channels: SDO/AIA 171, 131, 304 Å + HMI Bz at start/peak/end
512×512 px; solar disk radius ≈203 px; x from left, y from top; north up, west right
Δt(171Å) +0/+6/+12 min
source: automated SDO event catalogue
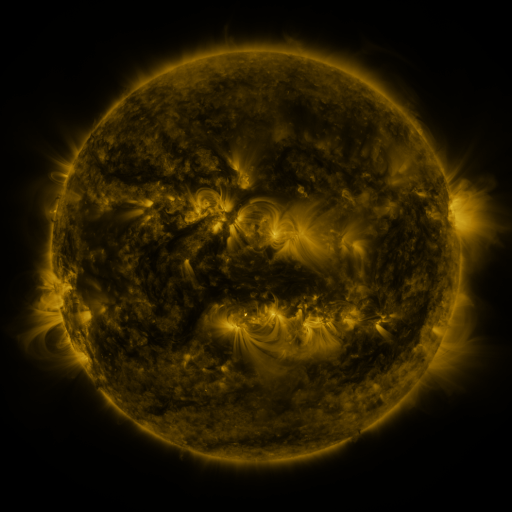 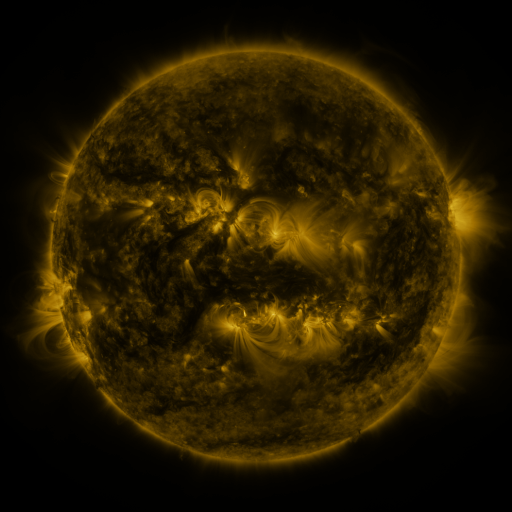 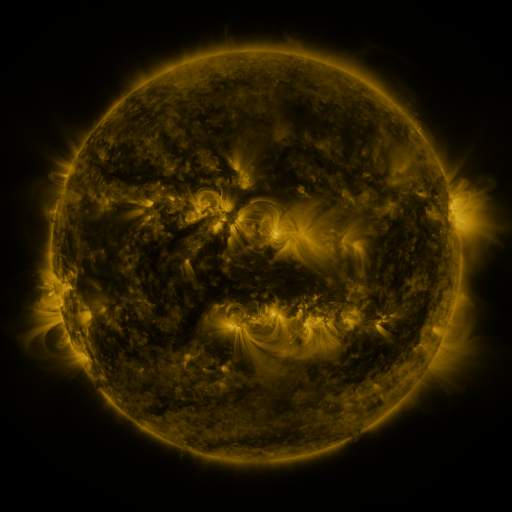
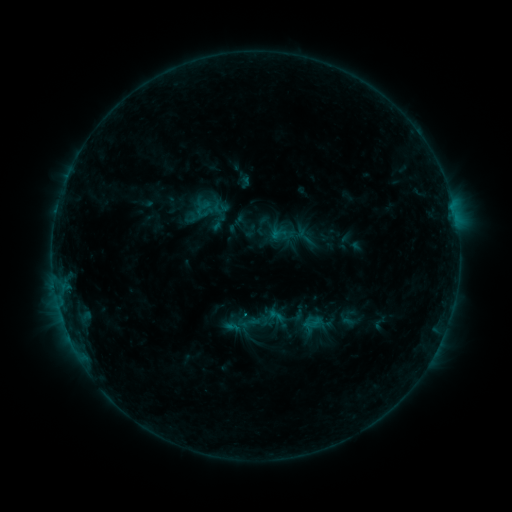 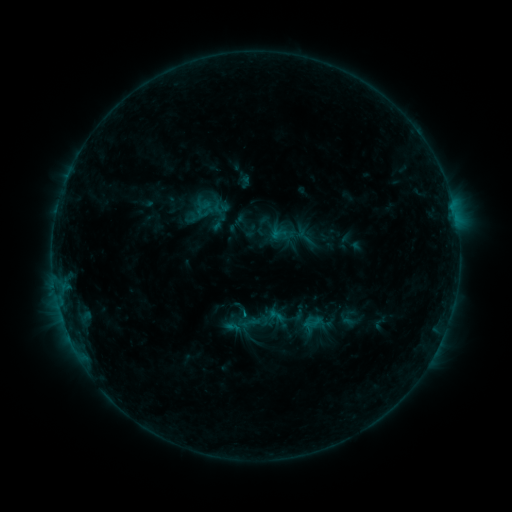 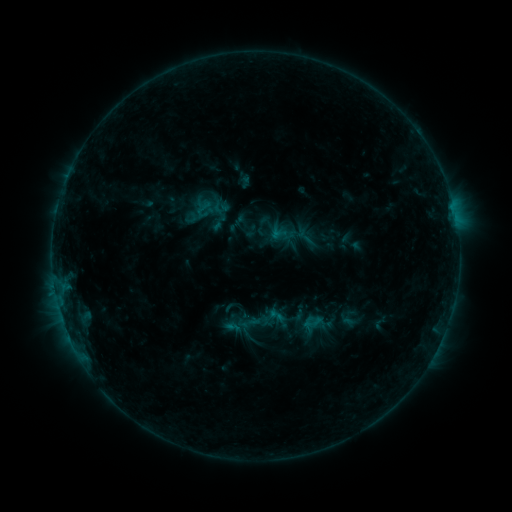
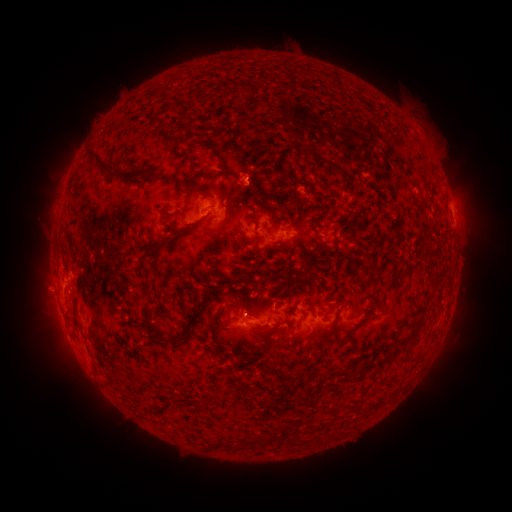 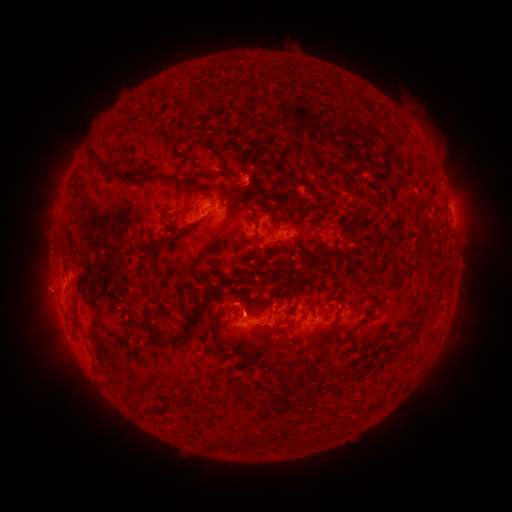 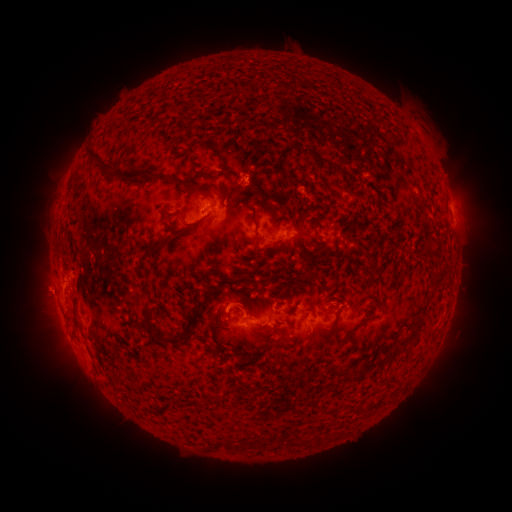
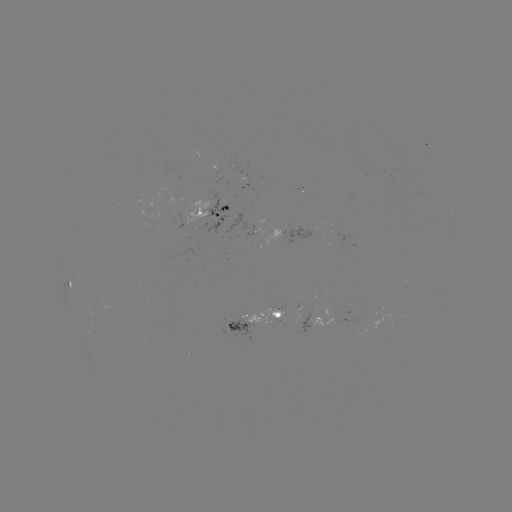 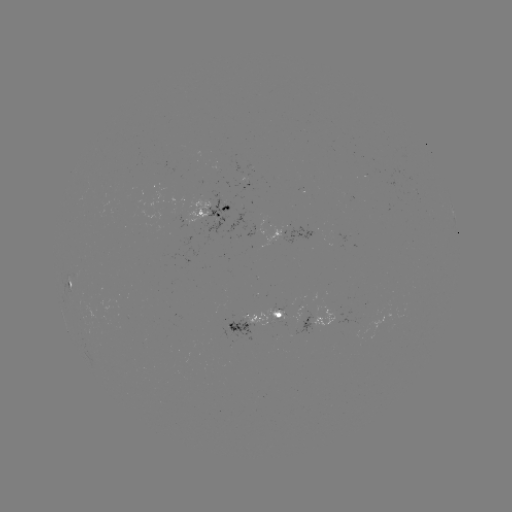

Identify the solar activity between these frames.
eruption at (236, 302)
